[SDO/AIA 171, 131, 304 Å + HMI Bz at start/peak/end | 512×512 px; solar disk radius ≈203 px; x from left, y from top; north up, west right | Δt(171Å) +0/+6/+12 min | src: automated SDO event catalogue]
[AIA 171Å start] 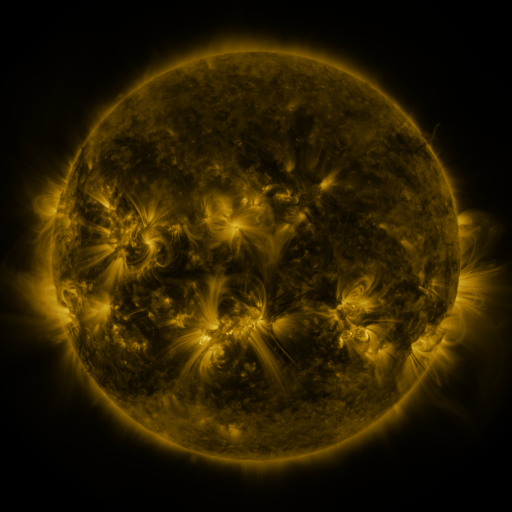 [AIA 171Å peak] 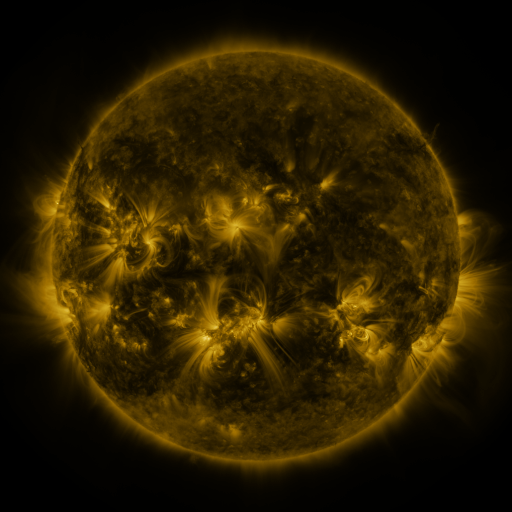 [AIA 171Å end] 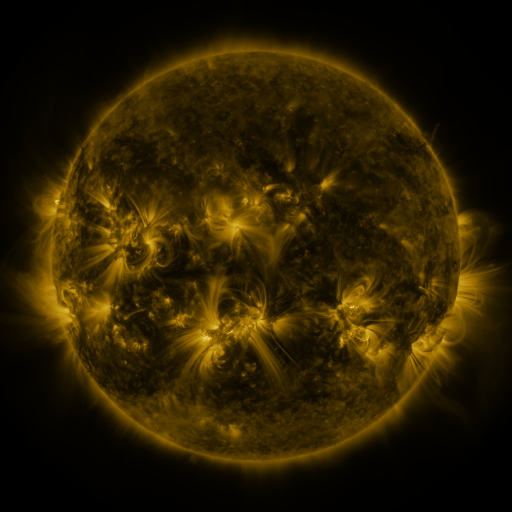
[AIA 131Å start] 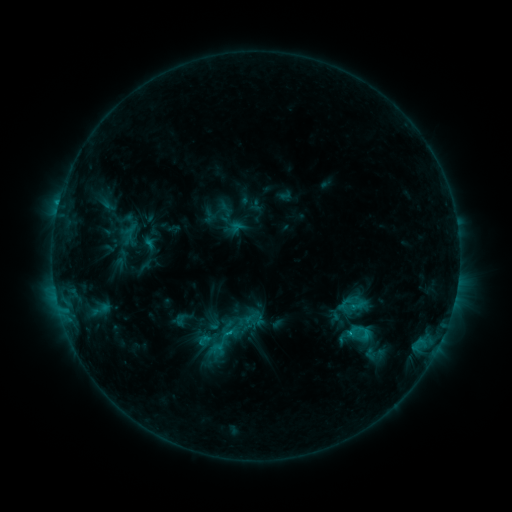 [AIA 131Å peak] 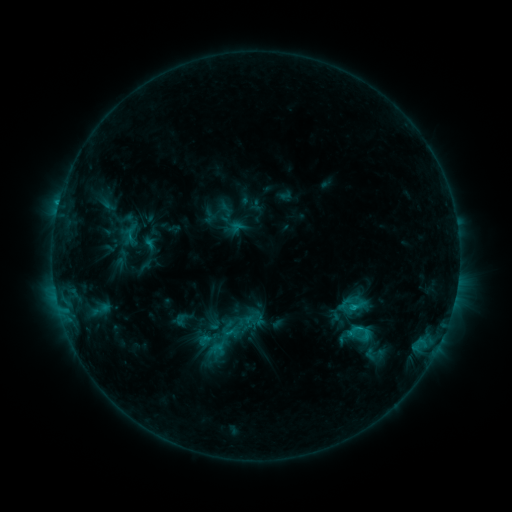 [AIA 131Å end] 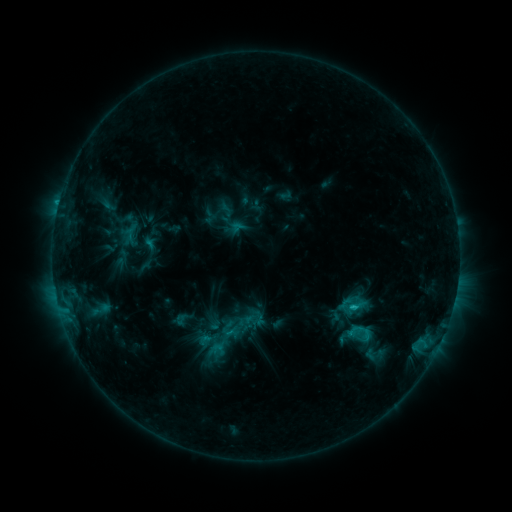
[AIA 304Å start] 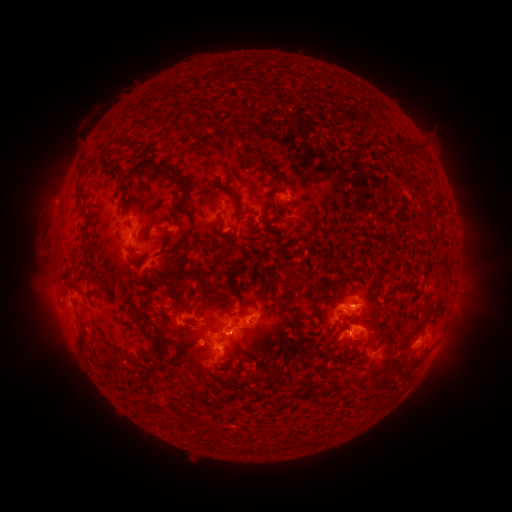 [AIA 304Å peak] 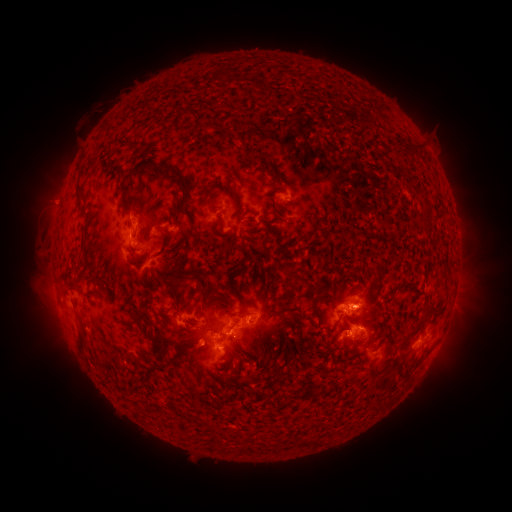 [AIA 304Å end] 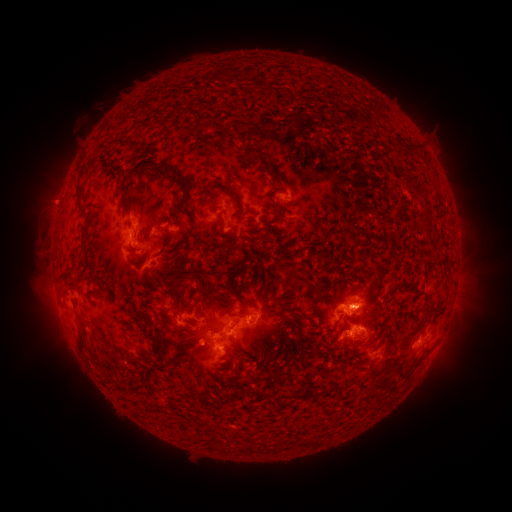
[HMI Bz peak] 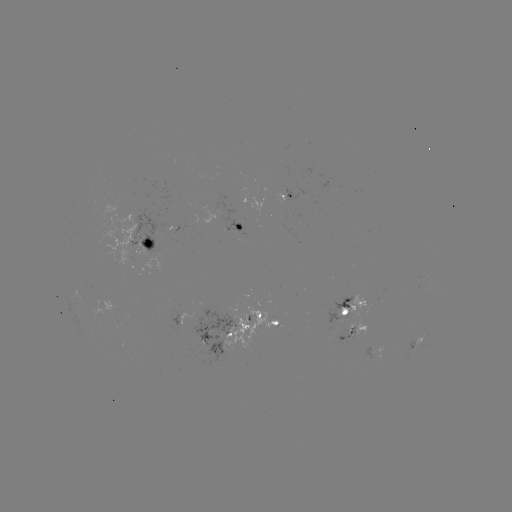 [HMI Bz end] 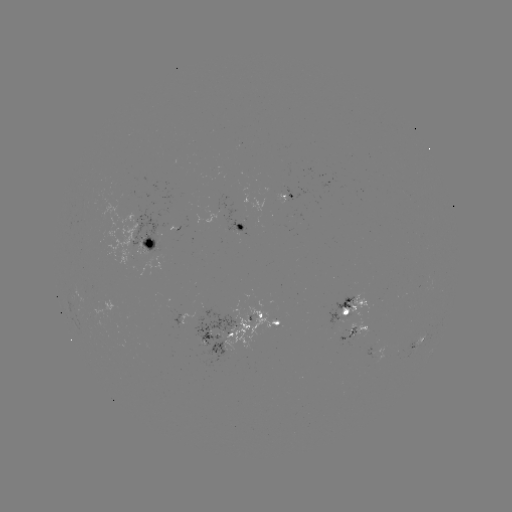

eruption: <bbox>312, 266, 394, 344</bbox>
